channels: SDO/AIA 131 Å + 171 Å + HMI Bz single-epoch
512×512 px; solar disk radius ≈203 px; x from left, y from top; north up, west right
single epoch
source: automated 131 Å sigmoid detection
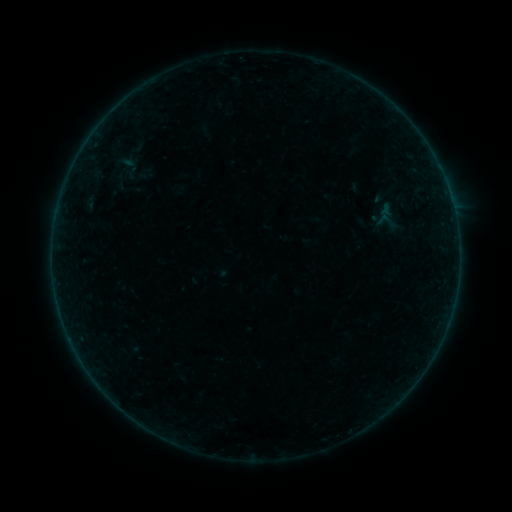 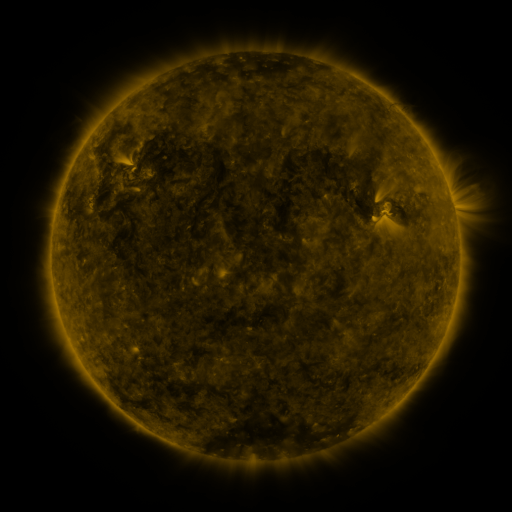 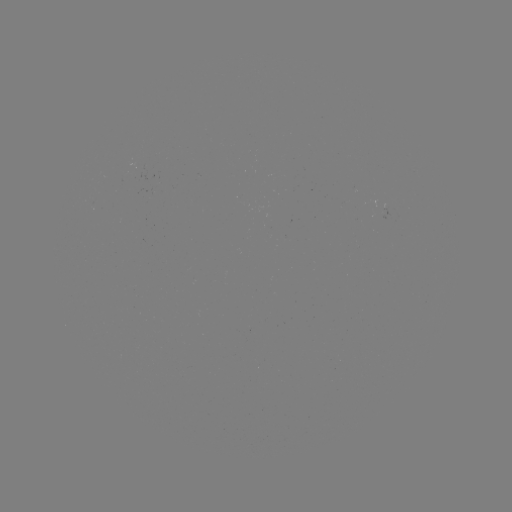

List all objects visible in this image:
sigmoid: [110, 170, 130, 191]
